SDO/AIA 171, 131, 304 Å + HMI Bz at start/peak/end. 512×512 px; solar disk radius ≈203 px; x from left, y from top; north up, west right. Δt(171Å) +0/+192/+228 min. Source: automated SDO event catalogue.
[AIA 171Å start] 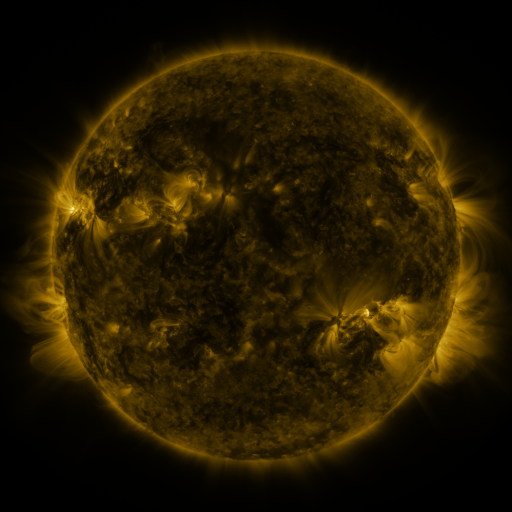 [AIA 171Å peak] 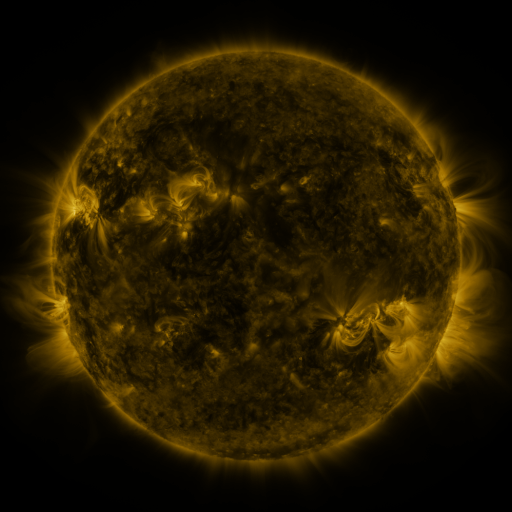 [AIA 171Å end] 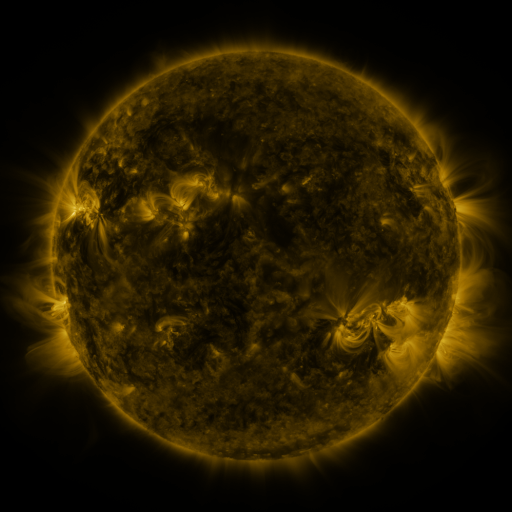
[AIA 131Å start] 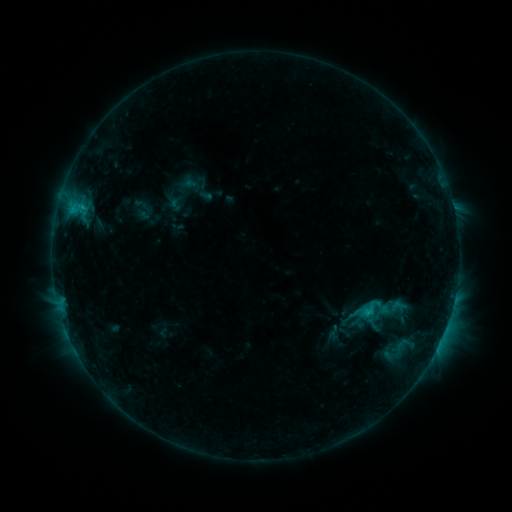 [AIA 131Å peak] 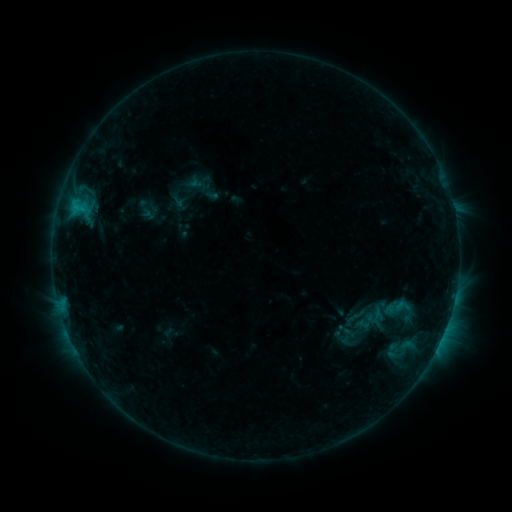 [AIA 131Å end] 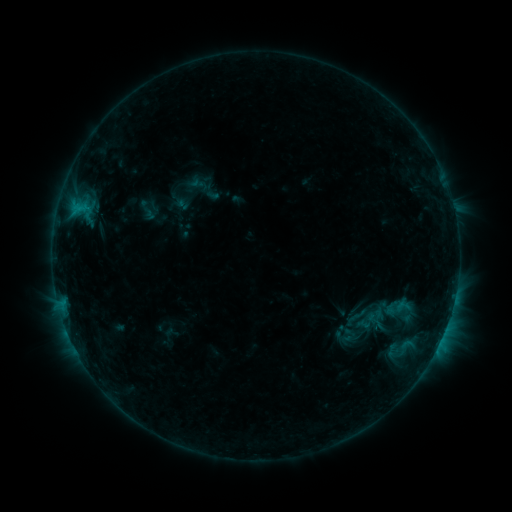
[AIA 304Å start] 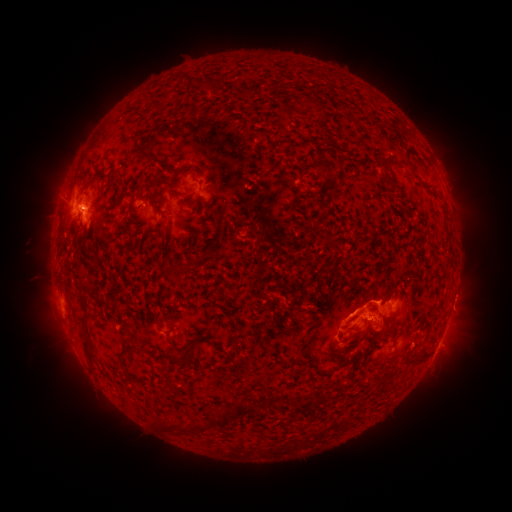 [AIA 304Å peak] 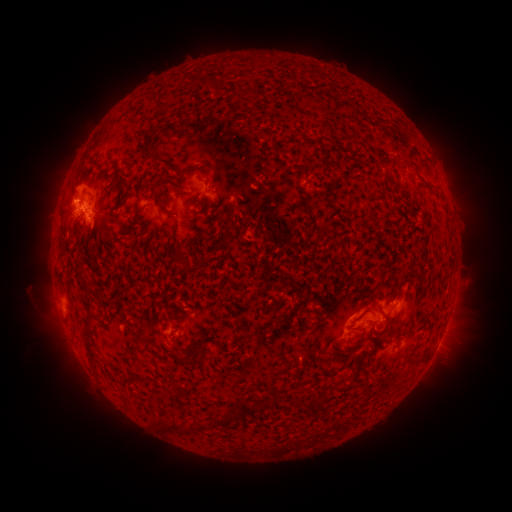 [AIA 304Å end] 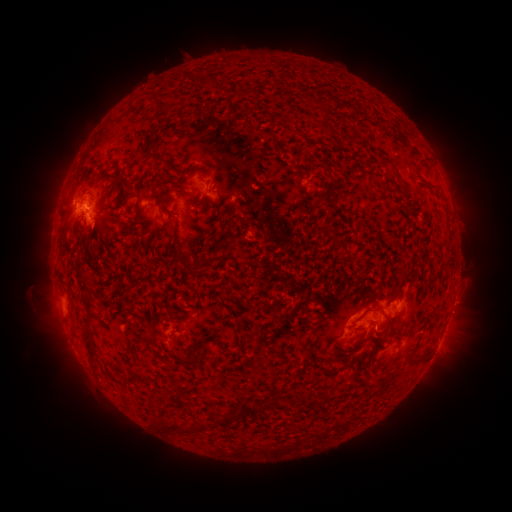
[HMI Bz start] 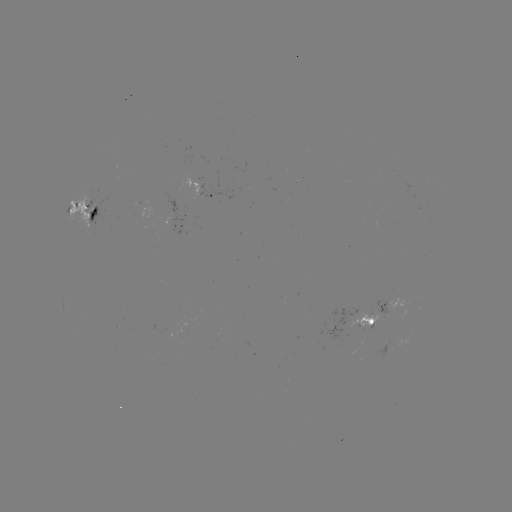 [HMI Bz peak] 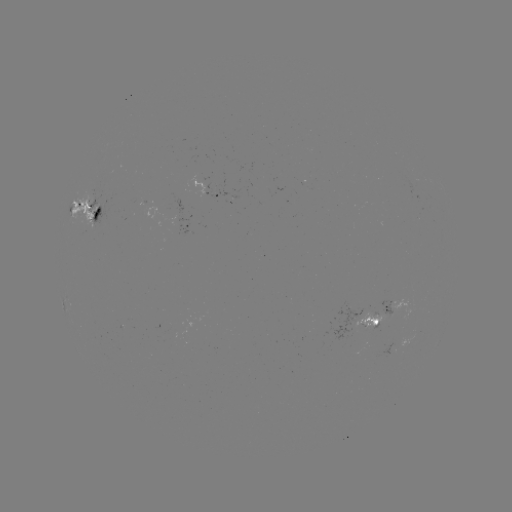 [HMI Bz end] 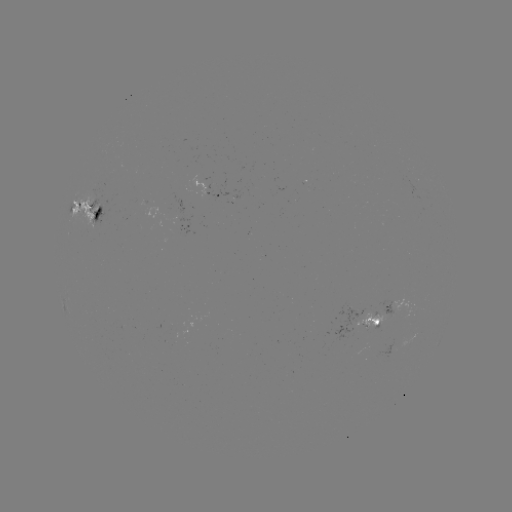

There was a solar emerging-flux region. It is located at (371, 313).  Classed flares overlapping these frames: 4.